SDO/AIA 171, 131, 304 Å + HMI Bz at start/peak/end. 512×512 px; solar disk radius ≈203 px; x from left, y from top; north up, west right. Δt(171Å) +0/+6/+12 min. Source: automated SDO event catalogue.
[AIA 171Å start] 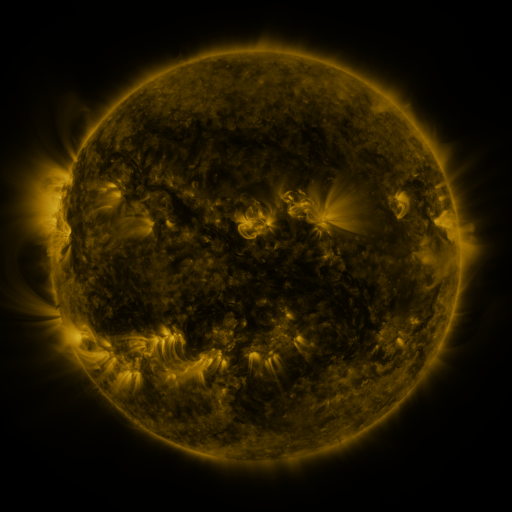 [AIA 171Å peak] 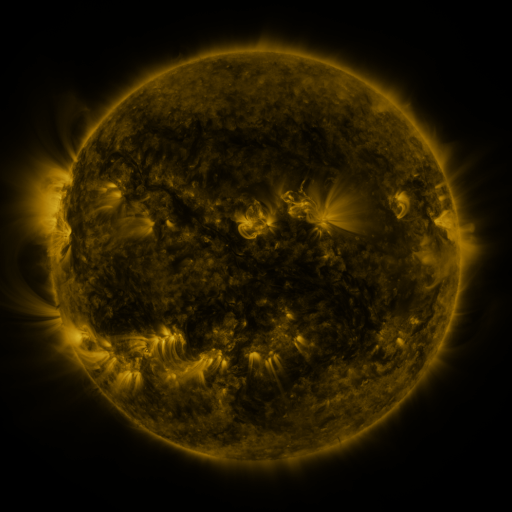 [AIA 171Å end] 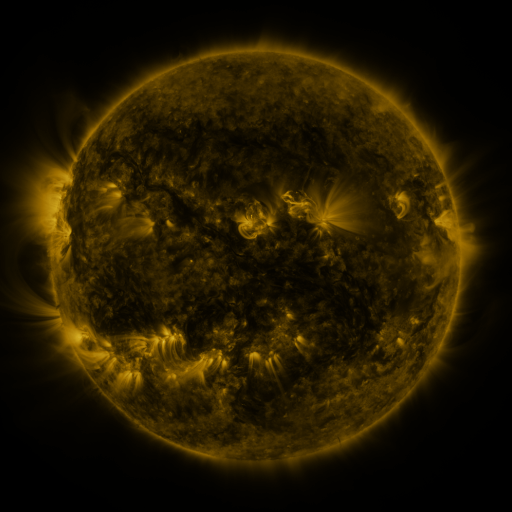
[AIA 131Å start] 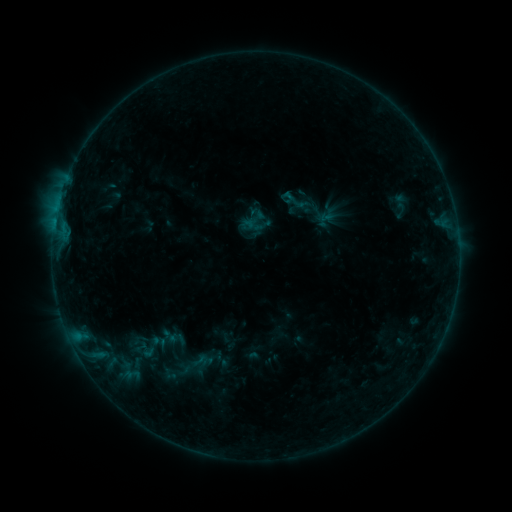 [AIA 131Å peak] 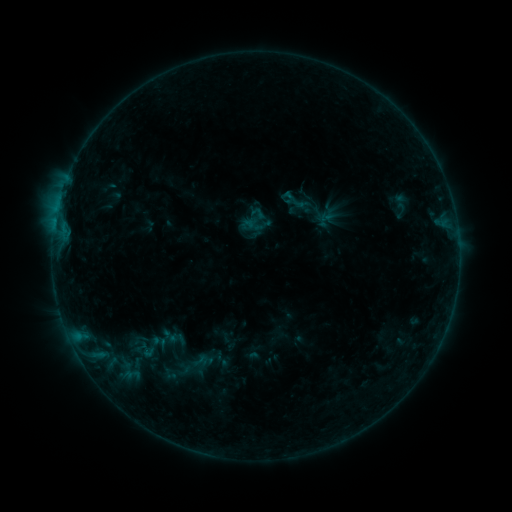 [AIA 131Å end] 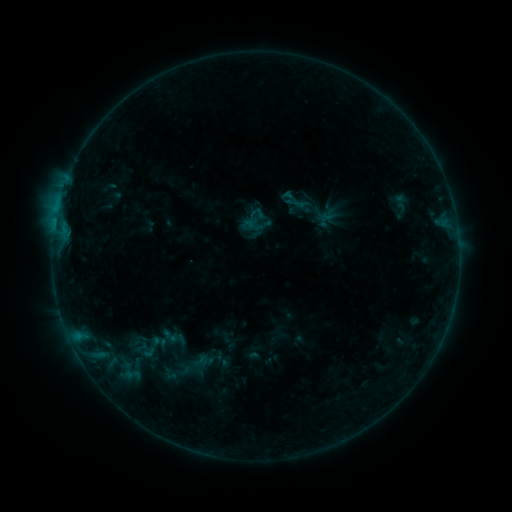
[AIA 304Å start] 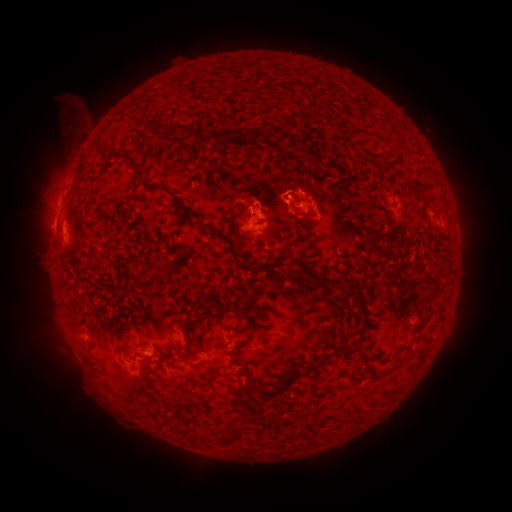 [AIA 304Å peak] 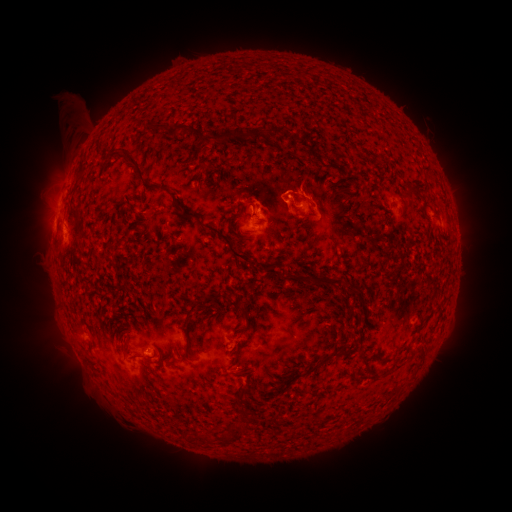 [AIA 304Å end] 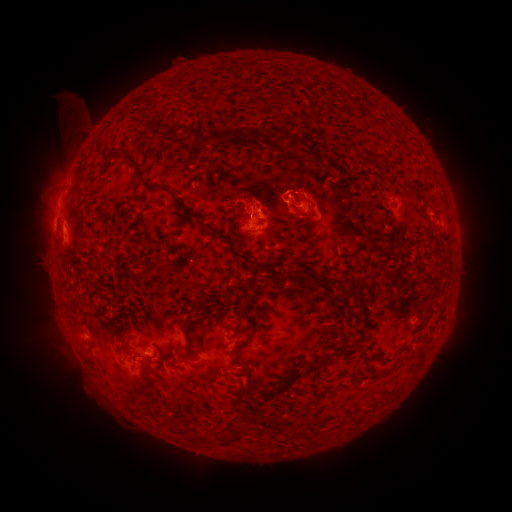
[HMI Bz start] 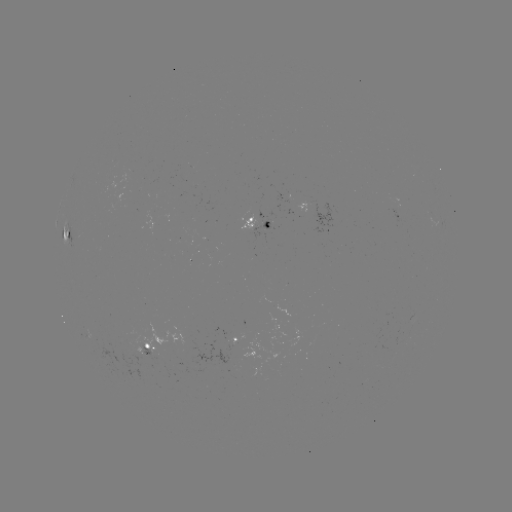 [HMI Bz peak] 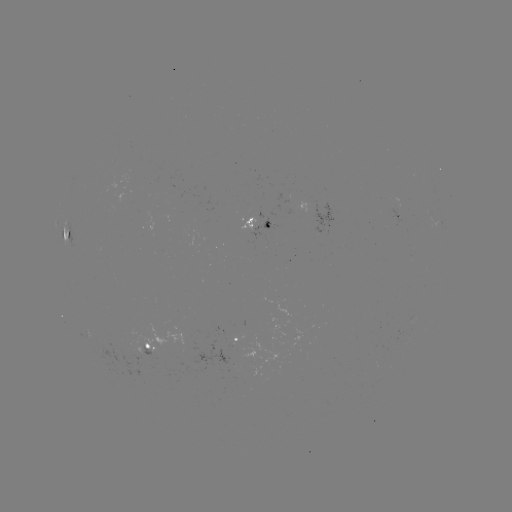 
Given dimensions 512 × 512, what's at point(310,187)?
eruption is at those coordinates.